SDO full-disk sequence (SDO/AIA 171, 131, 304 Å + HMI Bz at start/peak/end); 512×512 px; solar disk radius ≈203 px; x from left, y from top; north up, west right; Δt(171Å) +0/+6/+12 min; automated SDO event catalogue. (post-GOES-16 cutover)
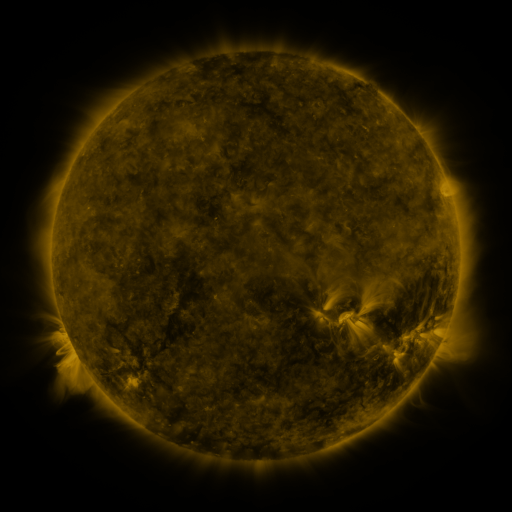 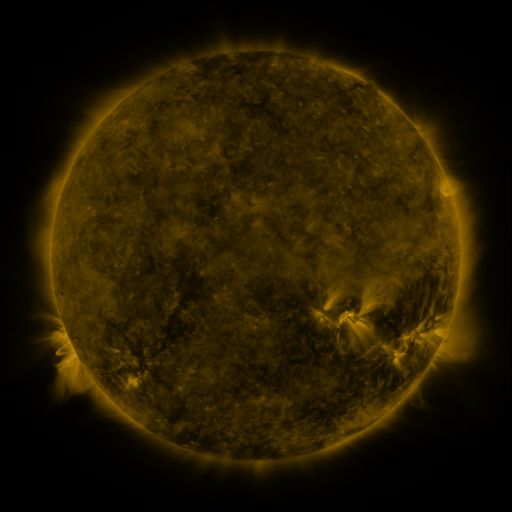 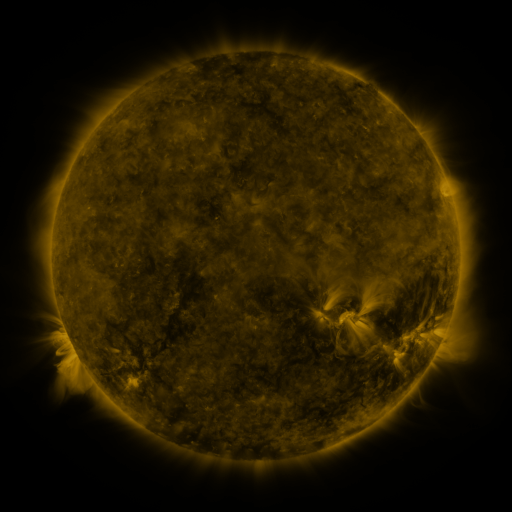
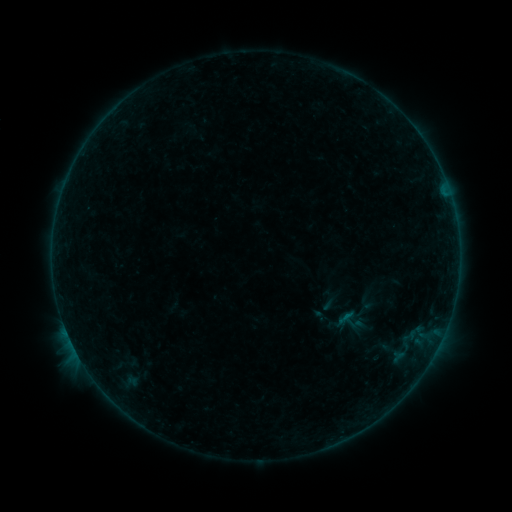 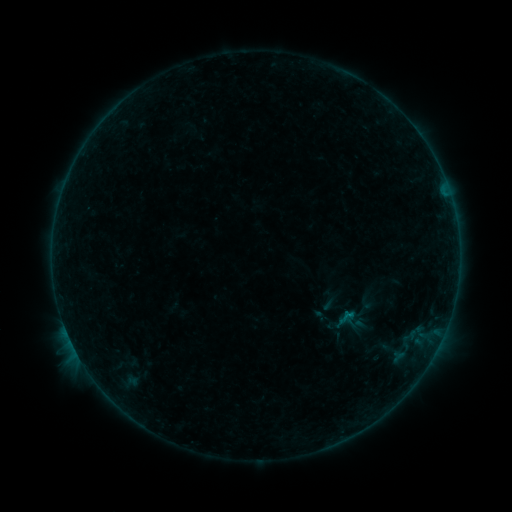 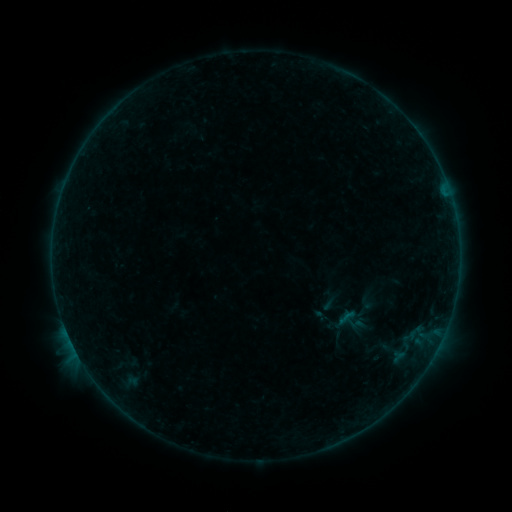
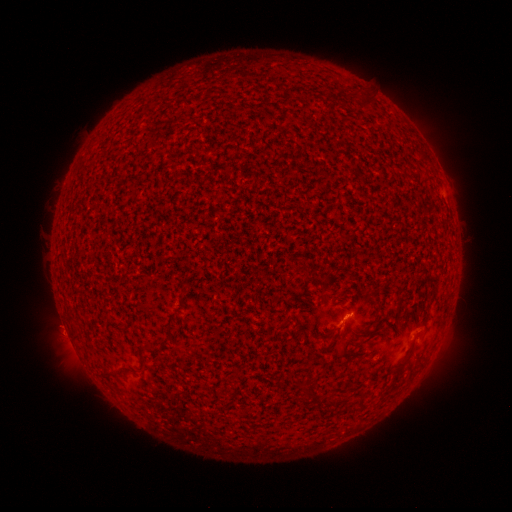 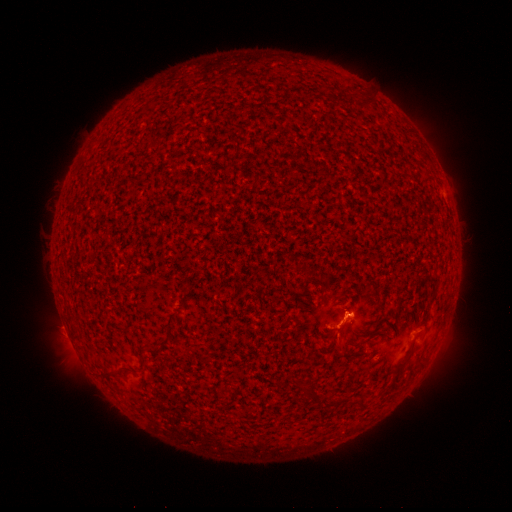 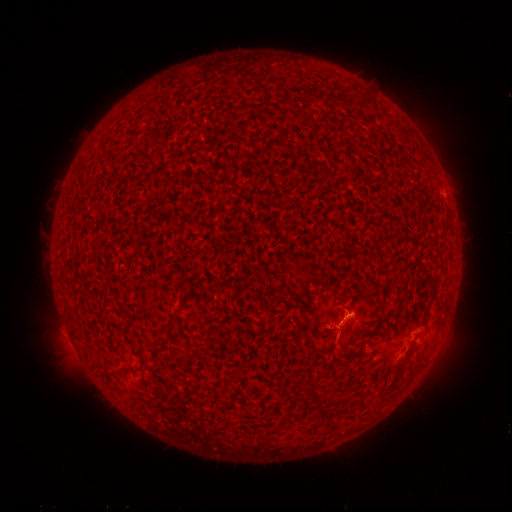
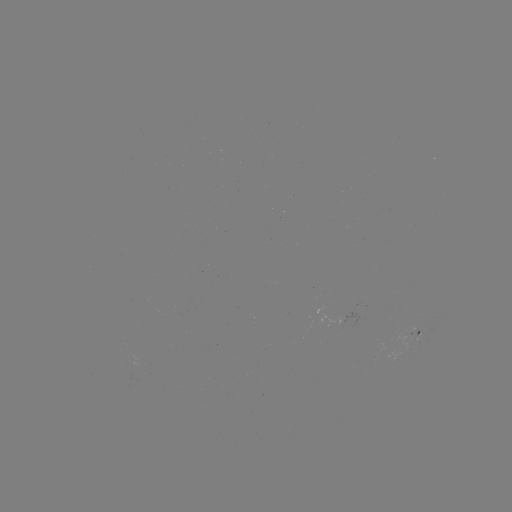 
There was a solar flare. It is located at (347, 314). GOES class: B3.0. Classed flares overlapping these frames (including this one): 2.